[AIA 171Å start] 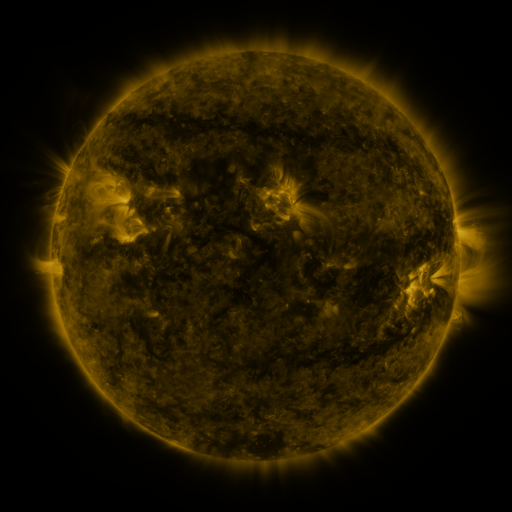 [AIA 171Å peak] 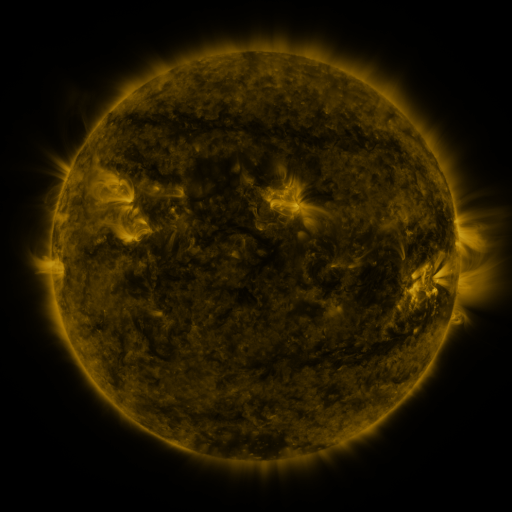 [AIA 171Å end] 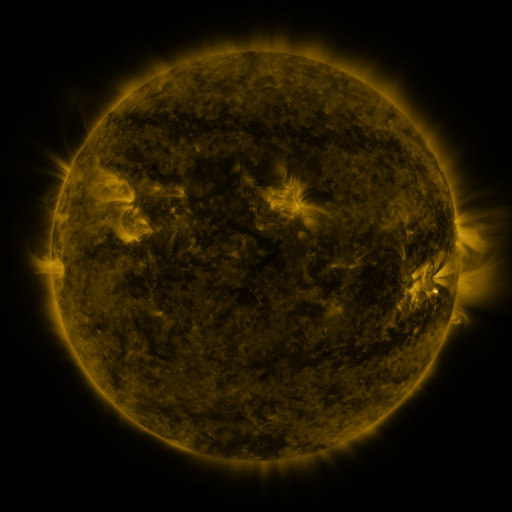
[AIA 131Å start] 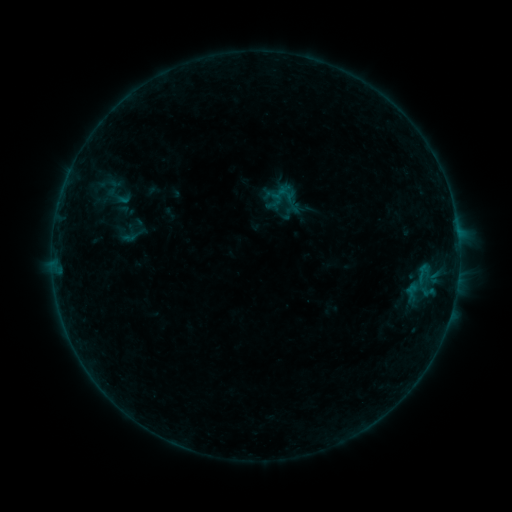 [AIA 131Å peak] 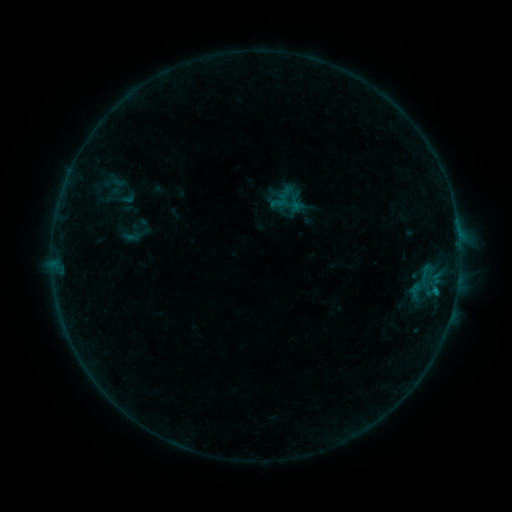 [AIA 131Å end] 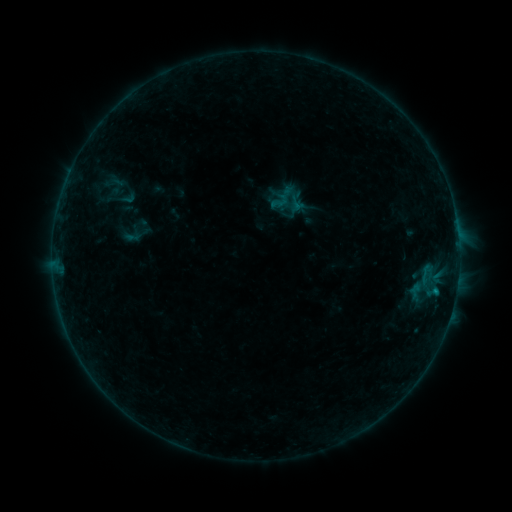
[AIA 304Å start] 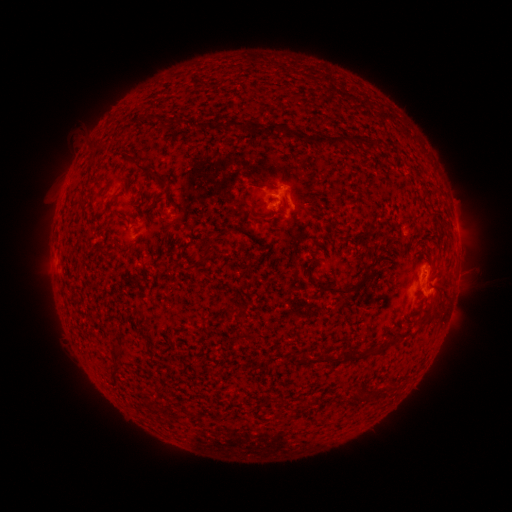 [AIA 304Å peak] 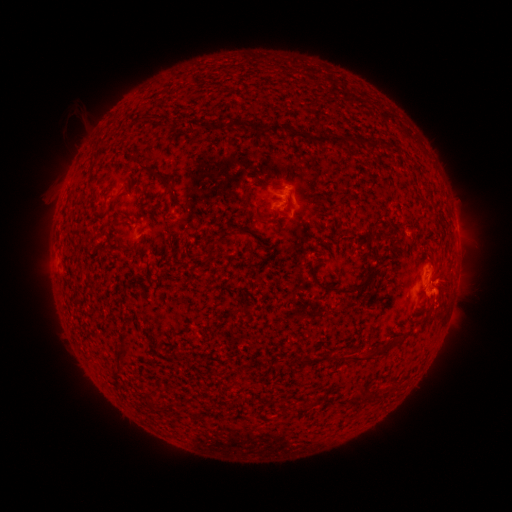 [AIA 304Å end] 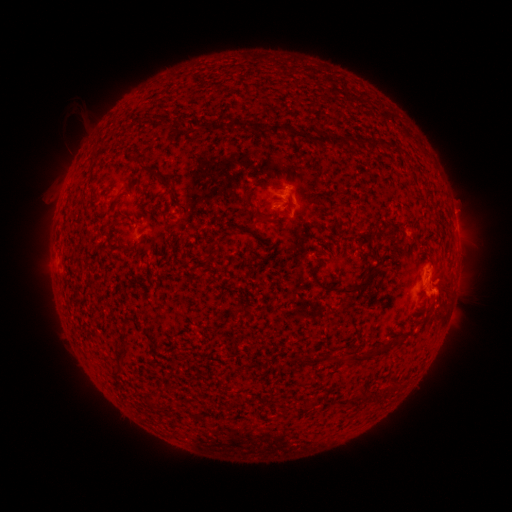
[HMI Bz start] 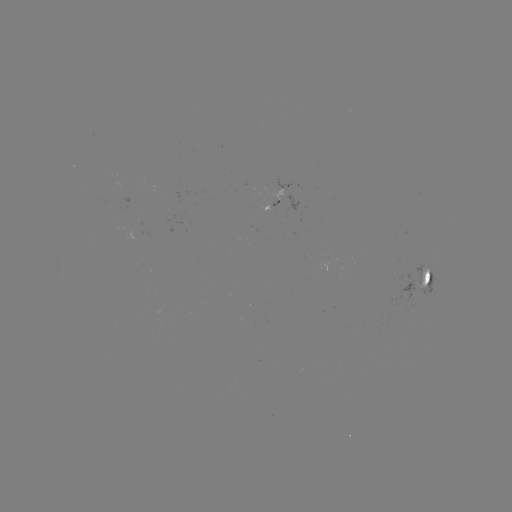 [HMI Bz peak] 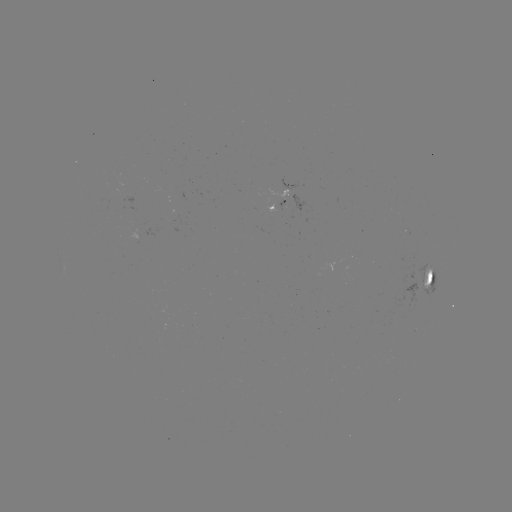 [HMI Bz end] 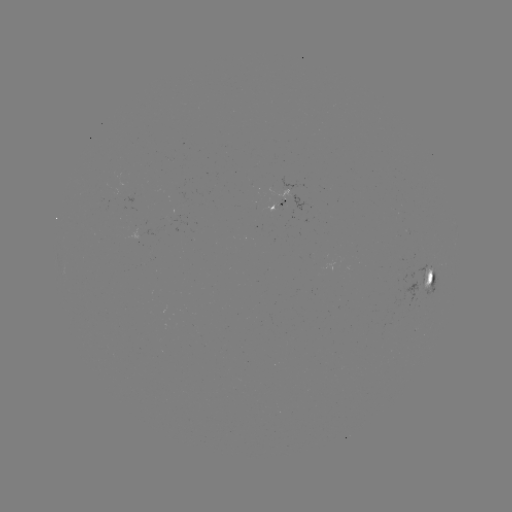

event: emerging-flux region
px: (275, 201)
